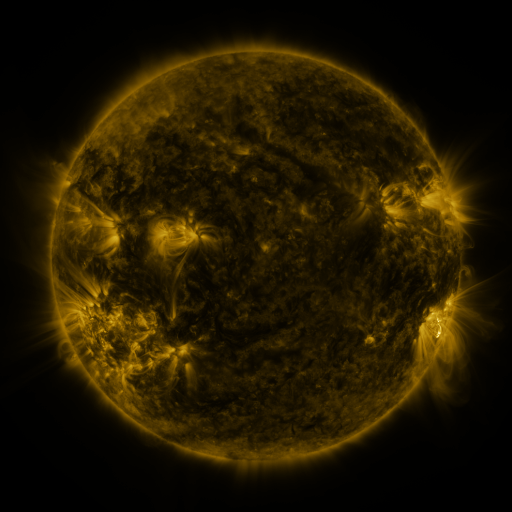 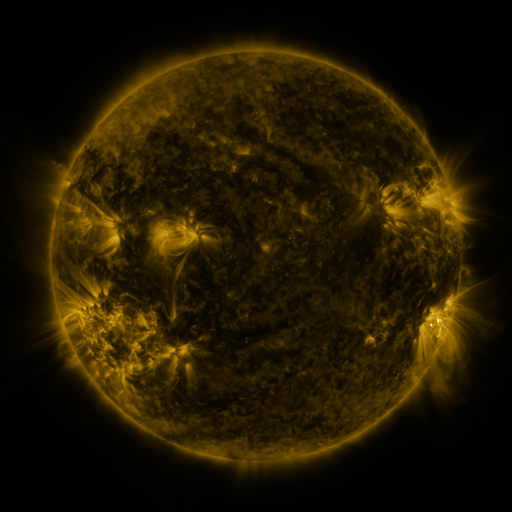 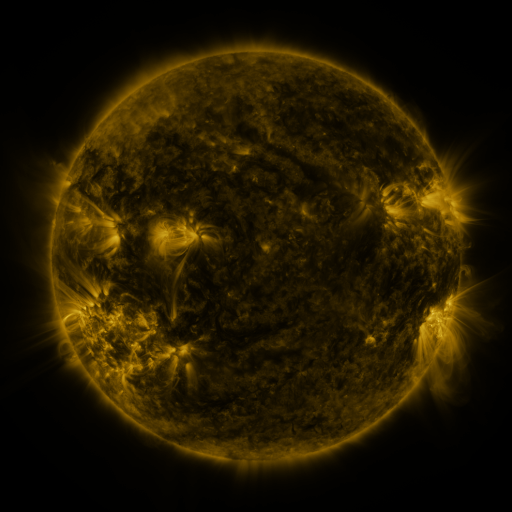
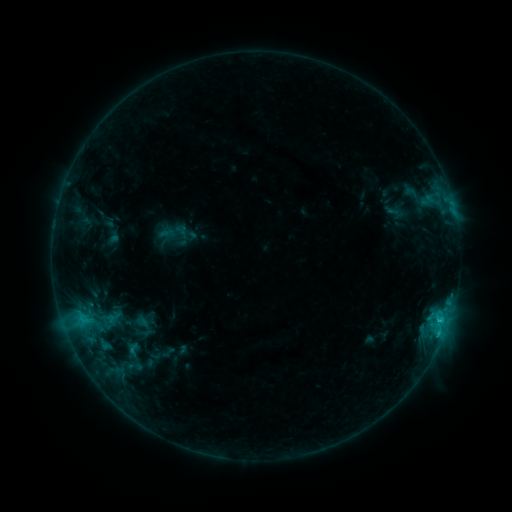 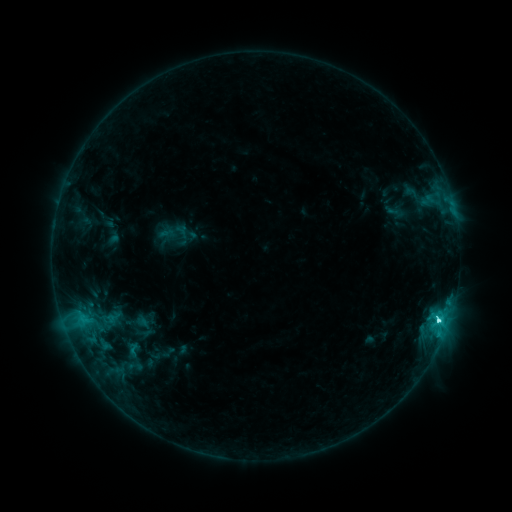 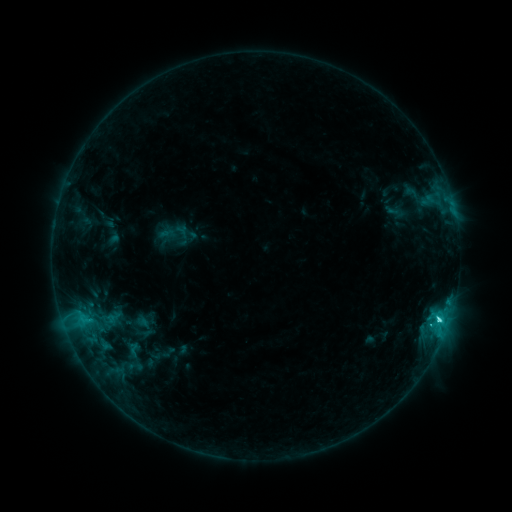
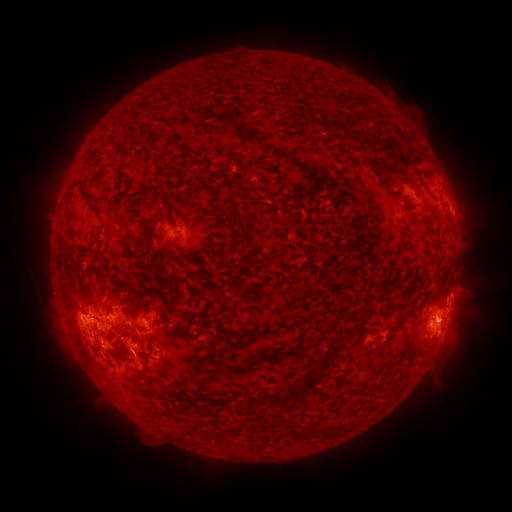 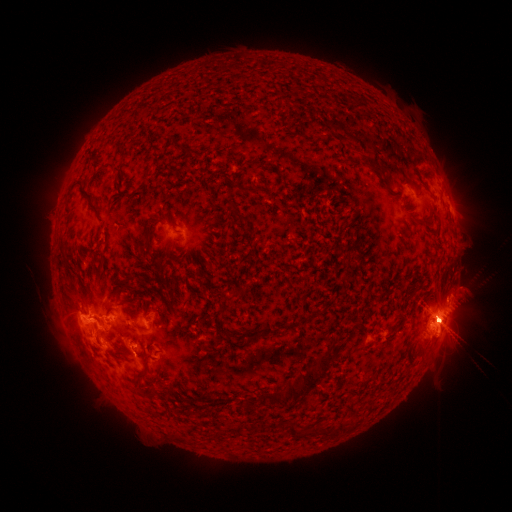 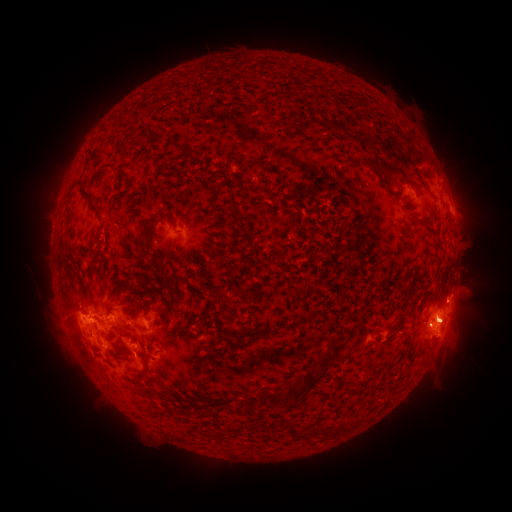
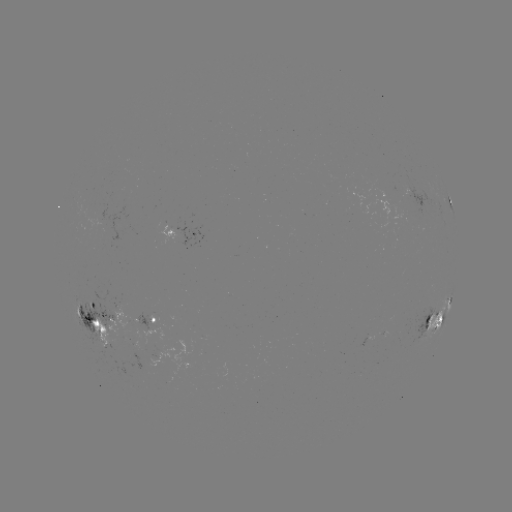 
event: flare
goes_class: C6.8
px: (437, 319)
